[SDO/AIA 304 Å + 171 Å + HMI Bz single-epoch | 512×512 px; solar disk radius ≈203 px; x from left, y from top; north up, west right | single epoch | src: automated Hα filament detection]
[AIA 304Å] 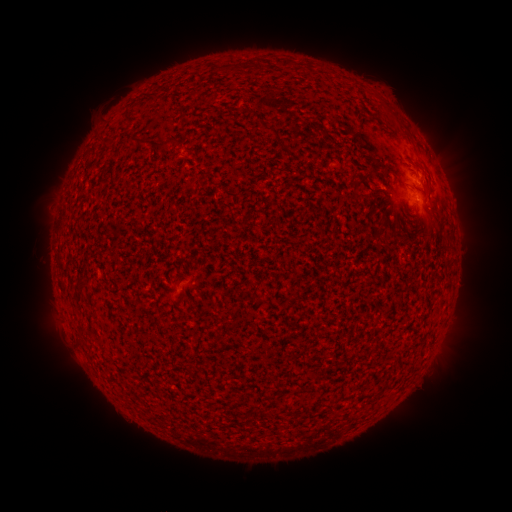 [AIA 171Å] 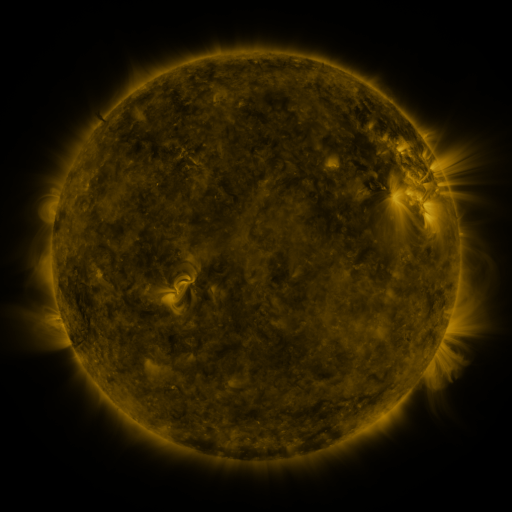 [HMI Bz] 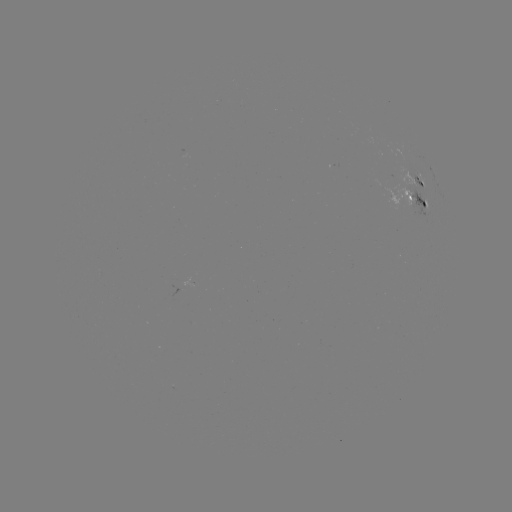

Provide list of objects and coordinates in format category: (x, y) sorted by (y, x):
filament: (286, 64)
filament: (259, 65)
filament: (82, 283)
filament: (82, 330)
